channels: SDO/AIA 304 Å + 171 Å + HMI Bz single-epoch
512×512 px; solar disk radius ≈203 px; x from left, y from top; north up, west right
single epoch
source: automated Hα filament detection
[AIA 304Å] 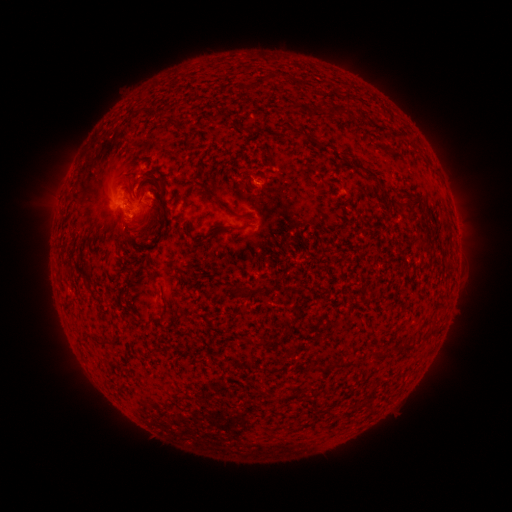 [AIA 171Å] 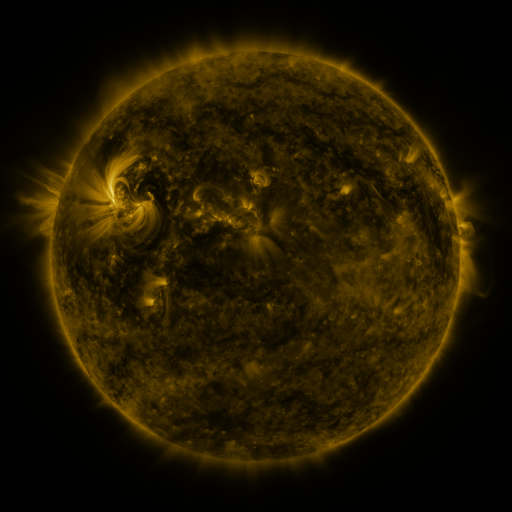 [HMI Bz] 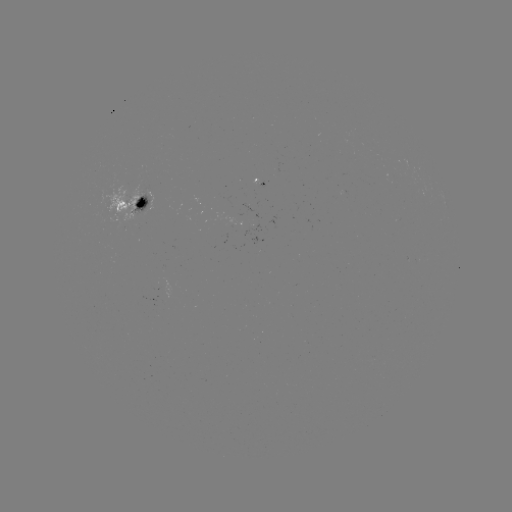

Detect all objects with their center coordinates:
filament: (332, 104, 348, 115)
filament: (248, 124, 257, 132)
filament: (281, 124, 288, 135)
filament: (296, 130, 306, 138)
filament: (368, 170, 377, 179)
filament: (147, 196, 161, 214)
filament: (217, 200, 233, 214)
filament: (238, 214, 249, 219)
filament: (220, 222, 253, 232)
filament: (82, 262, 91, 271)
filament: (229, 283, 247, 299)
filament: (257, 283, 273, 294)
filament: (92, 334, 102, 344)
filament: (396, 343, 413, 352)
filament: (314, 363, 325, 373)
